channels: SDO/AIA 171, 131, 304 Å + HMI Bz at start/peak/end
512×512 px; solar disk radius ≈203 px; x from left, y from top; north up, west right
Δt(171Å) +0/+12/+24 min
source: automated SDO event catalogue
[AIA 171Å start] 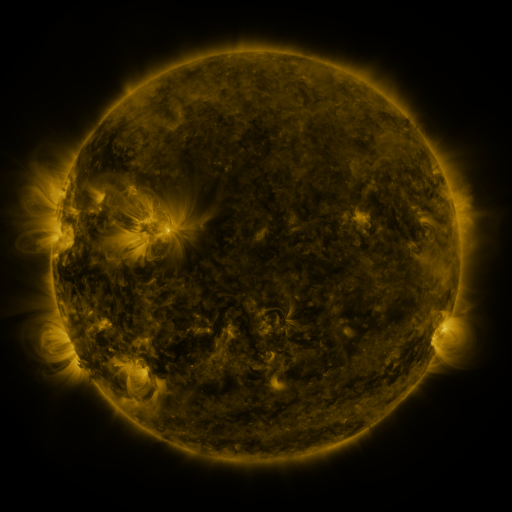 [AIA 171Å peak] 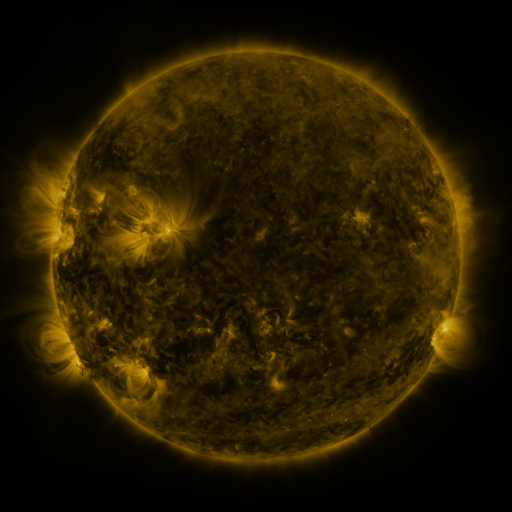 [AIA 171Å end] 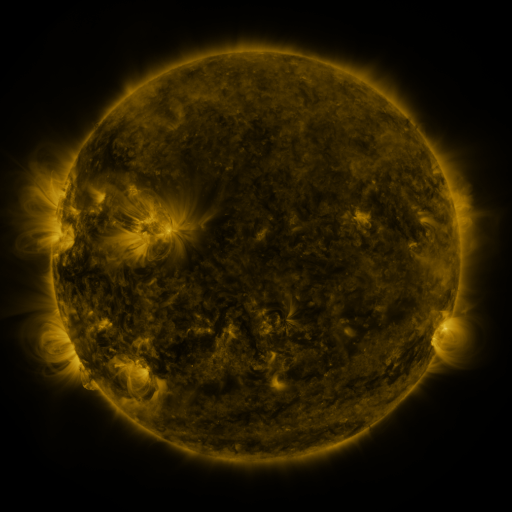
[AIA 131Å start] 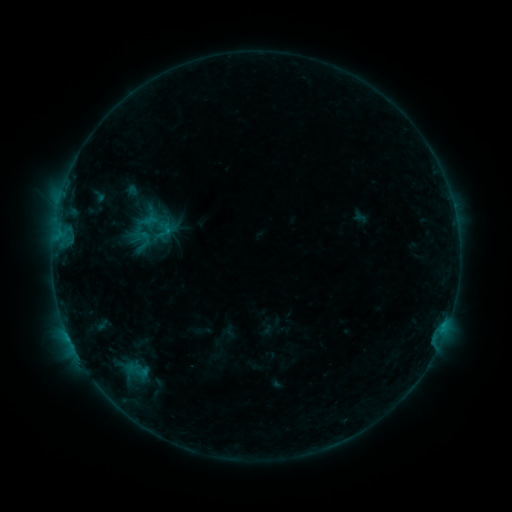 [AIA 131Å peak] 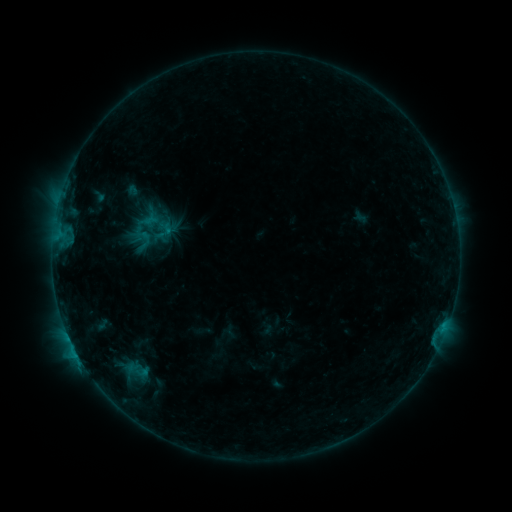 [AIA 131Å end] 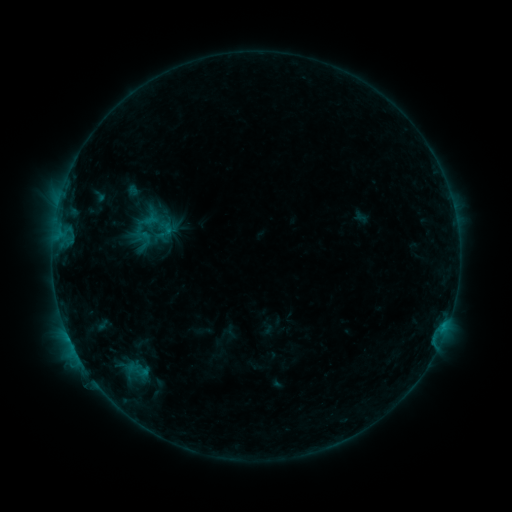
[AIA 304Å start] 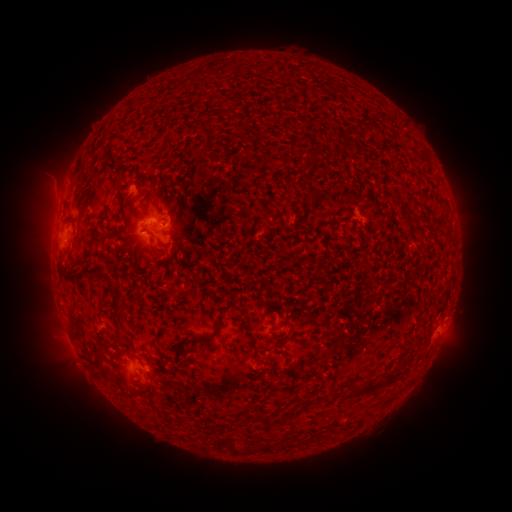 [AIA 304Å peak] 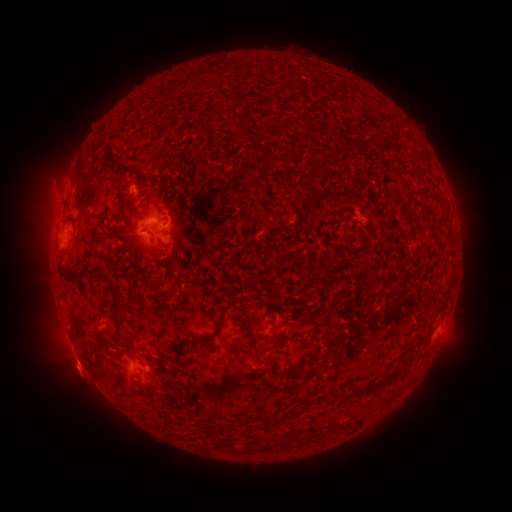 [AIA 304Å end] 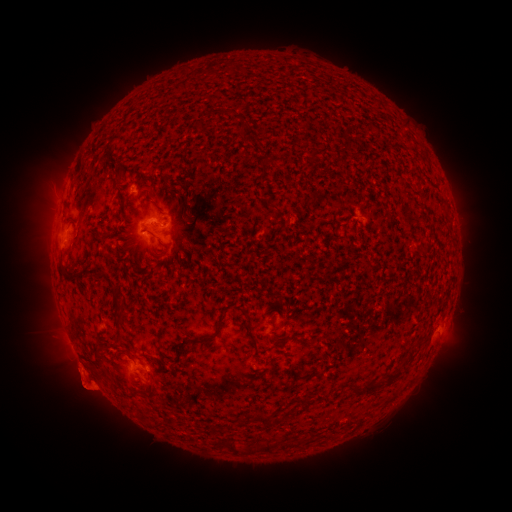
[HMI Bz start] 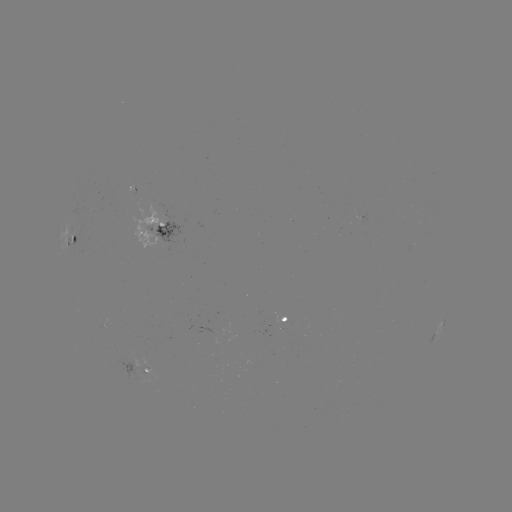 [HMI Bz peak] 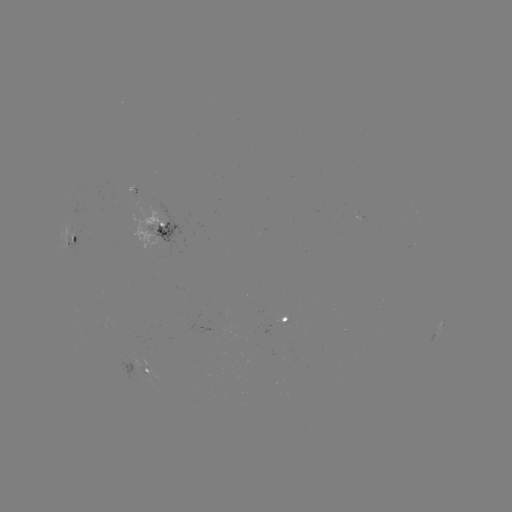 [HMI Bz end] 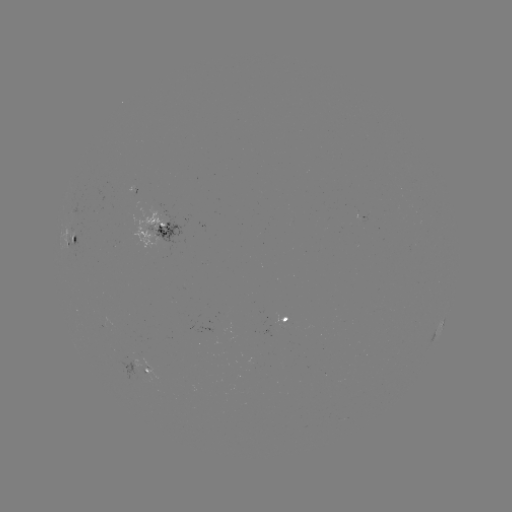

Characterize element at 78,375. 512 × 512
eruption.